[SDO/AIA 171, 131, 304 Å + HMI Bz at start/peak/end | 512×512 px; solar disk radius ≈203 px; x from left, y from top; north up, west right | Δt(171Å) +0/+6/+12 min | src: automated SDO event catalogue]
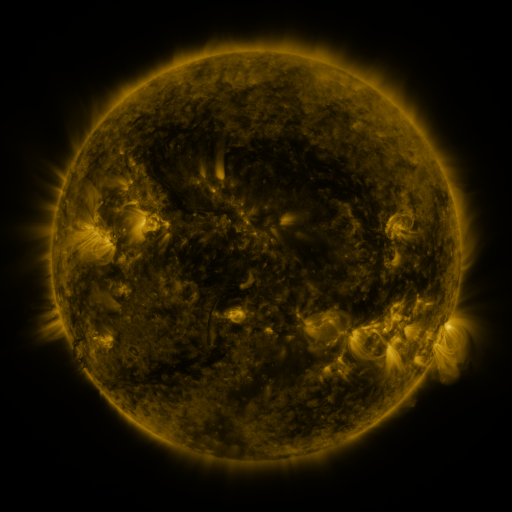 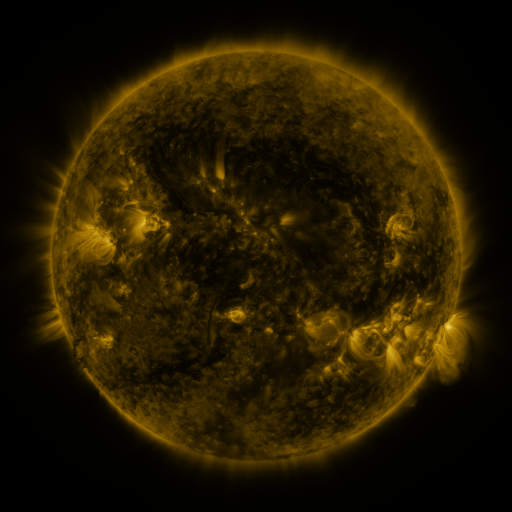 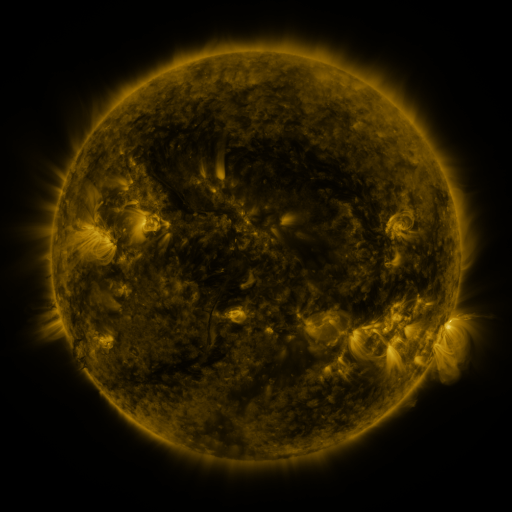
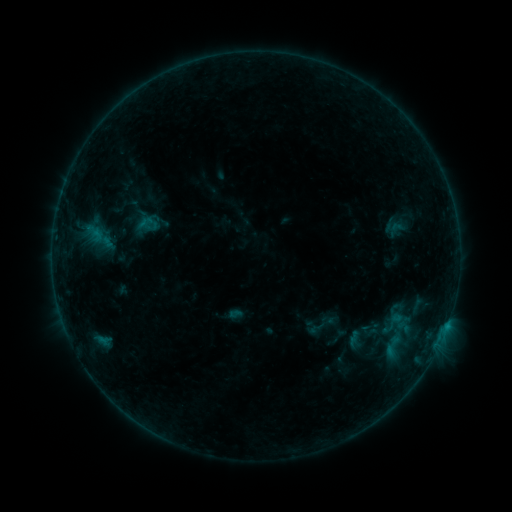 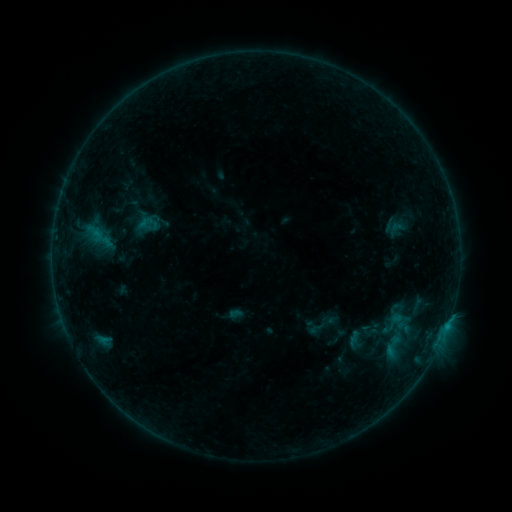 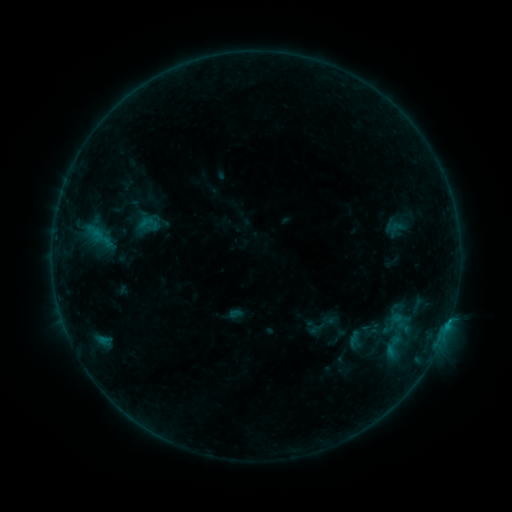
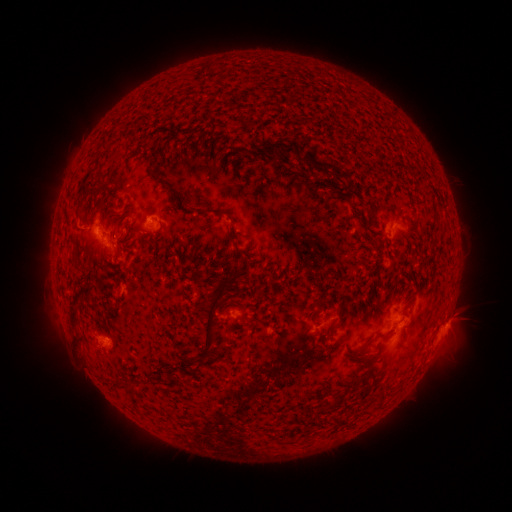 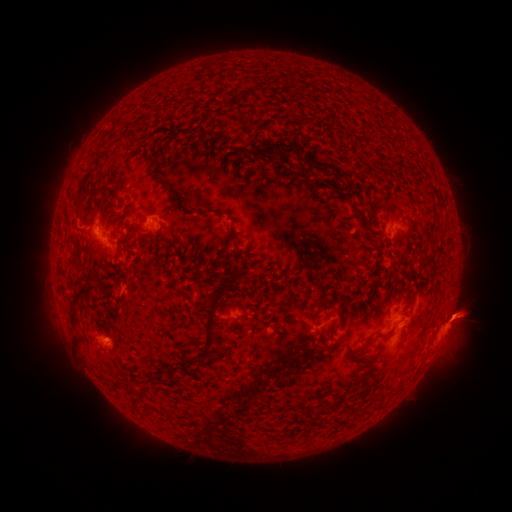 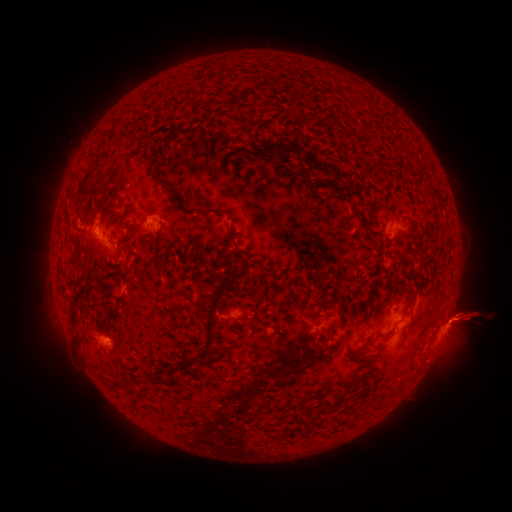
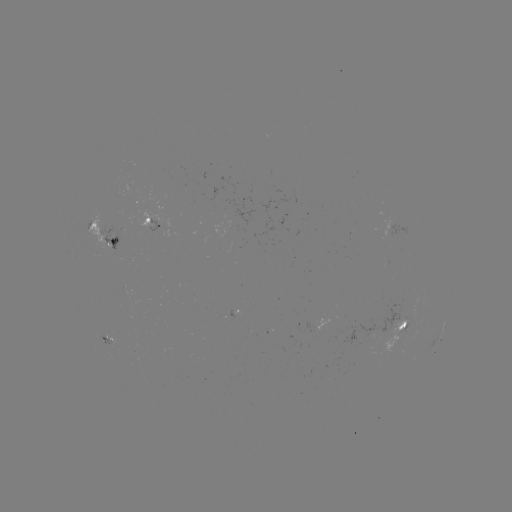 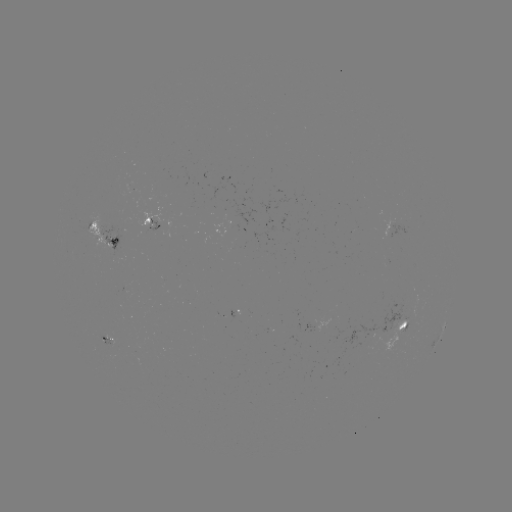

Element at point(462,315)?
eruption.